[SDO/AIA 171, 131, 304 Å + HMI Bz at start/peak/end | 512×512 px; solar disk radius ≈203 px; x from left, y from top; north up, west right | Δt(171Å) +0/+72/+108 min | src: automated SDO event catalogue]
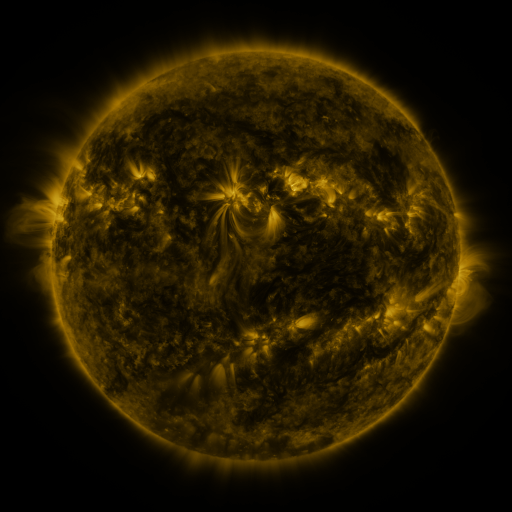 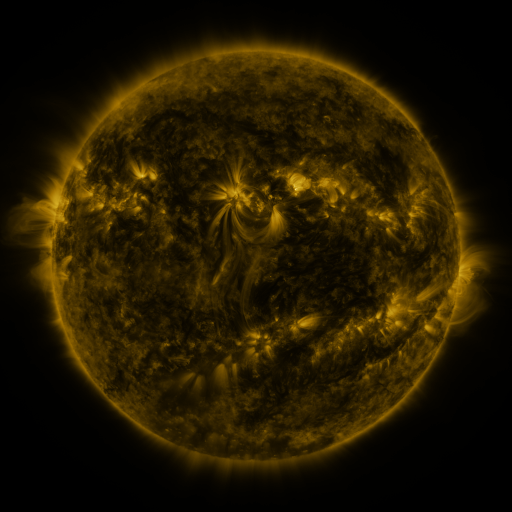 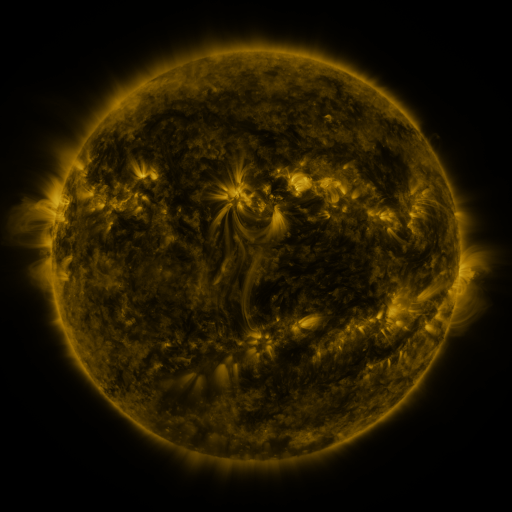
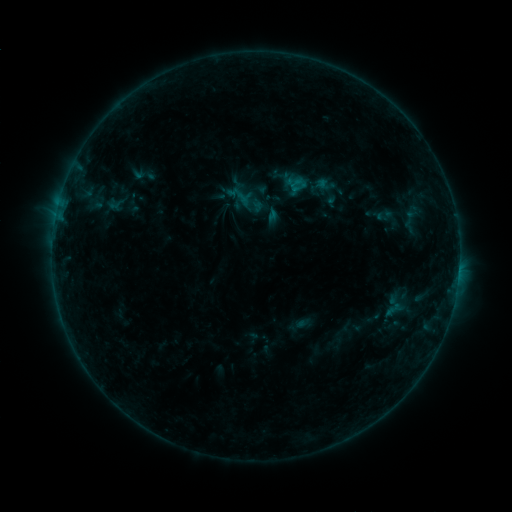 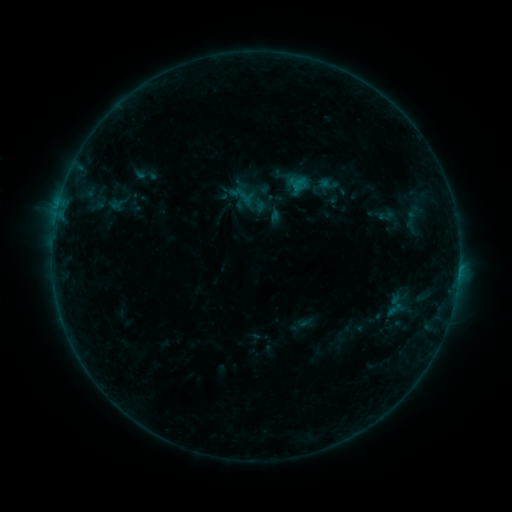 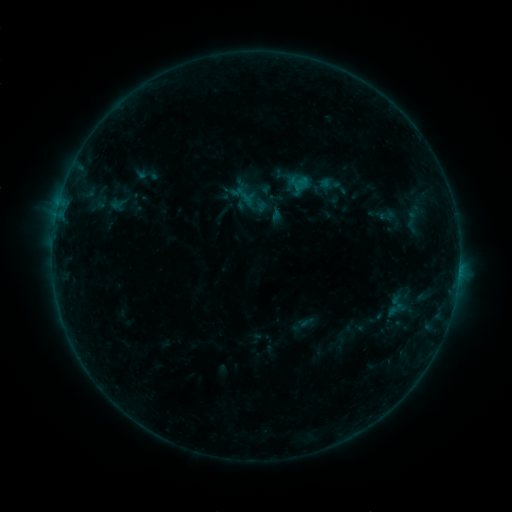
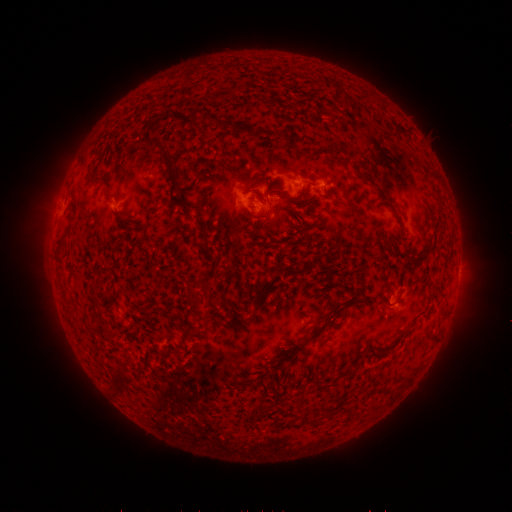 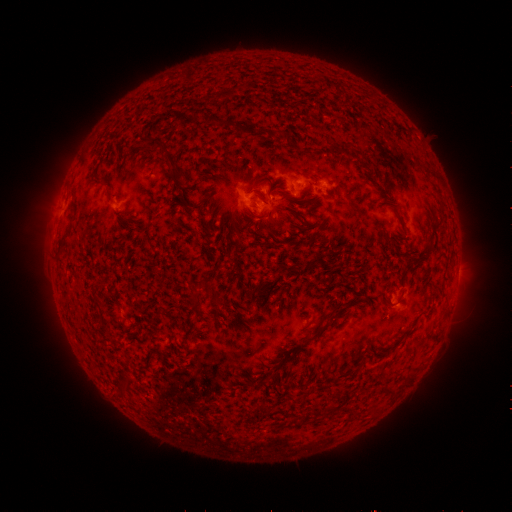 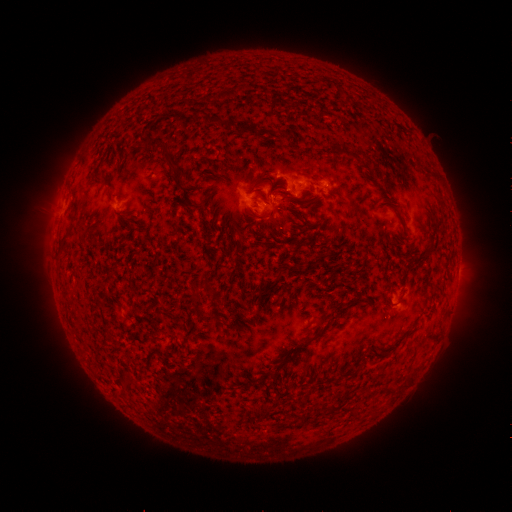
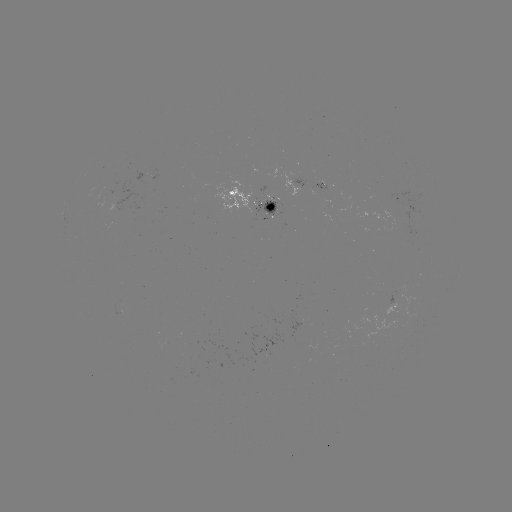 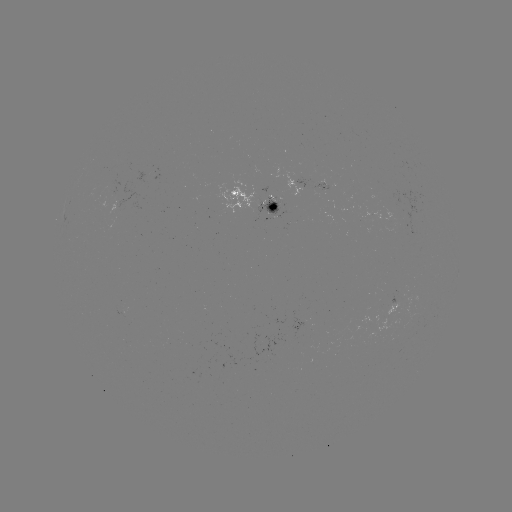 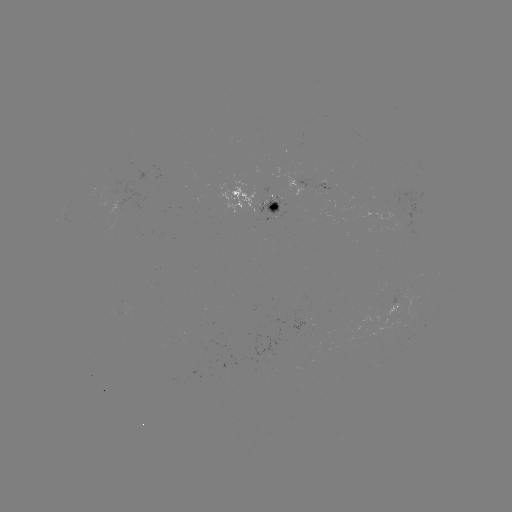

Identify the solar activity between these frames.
emerging-flux region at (398, 210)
